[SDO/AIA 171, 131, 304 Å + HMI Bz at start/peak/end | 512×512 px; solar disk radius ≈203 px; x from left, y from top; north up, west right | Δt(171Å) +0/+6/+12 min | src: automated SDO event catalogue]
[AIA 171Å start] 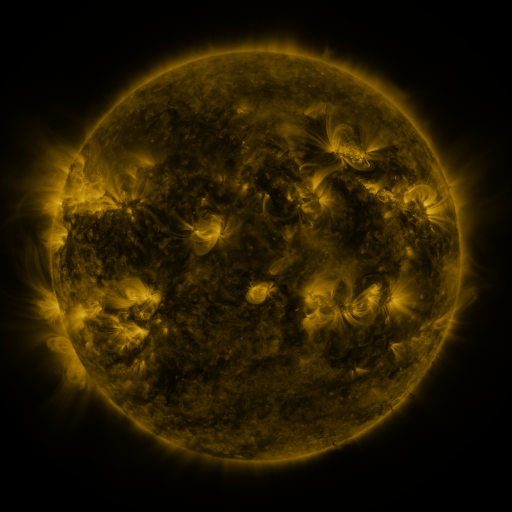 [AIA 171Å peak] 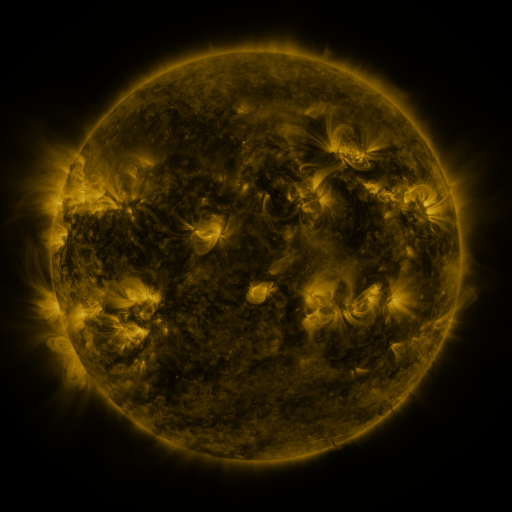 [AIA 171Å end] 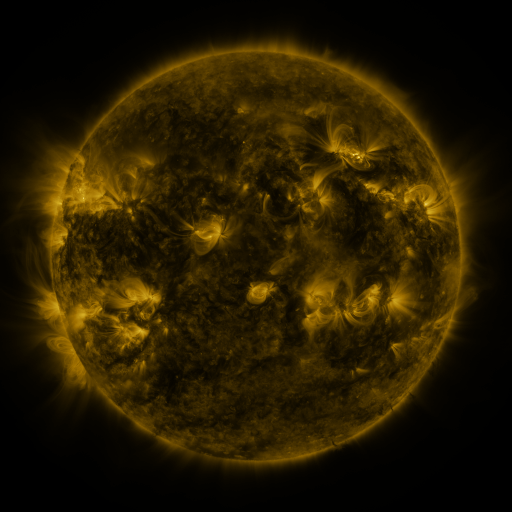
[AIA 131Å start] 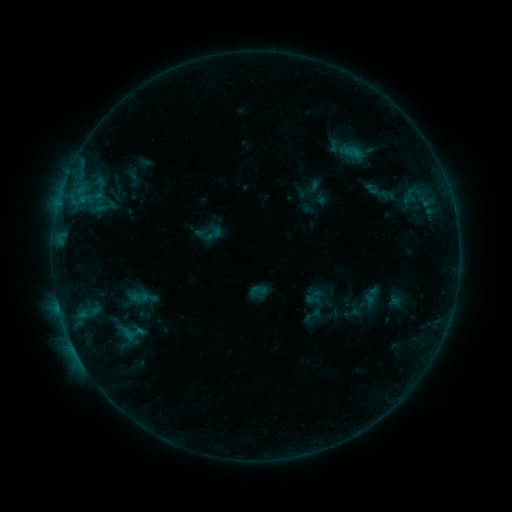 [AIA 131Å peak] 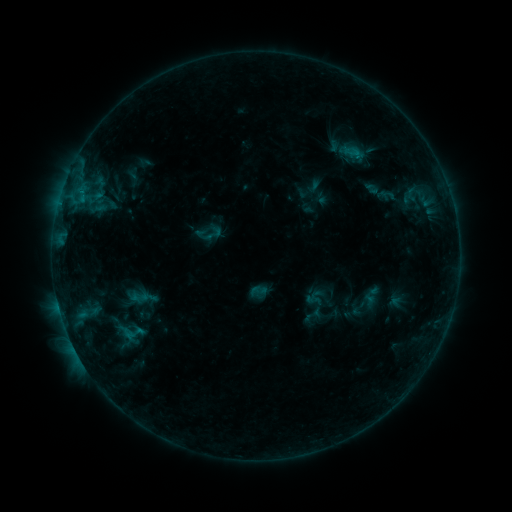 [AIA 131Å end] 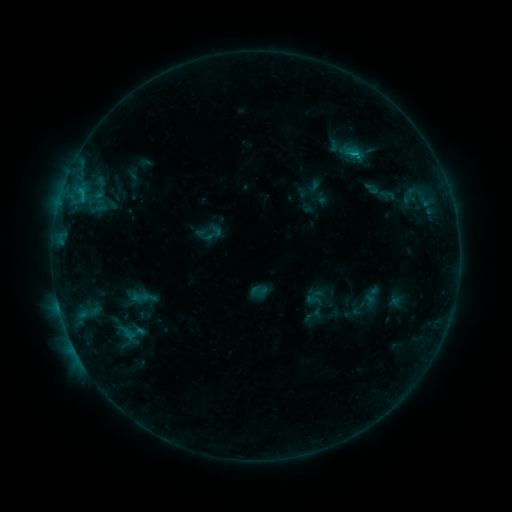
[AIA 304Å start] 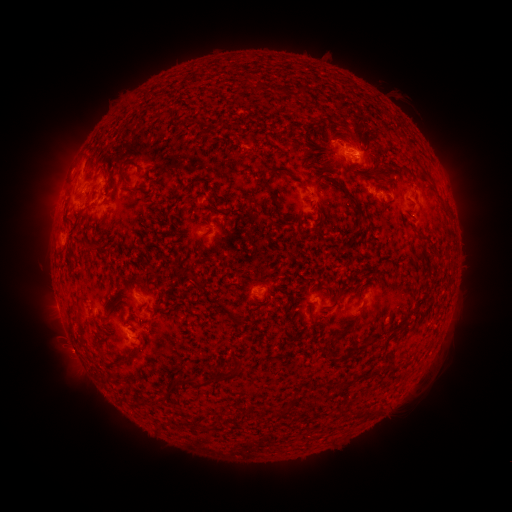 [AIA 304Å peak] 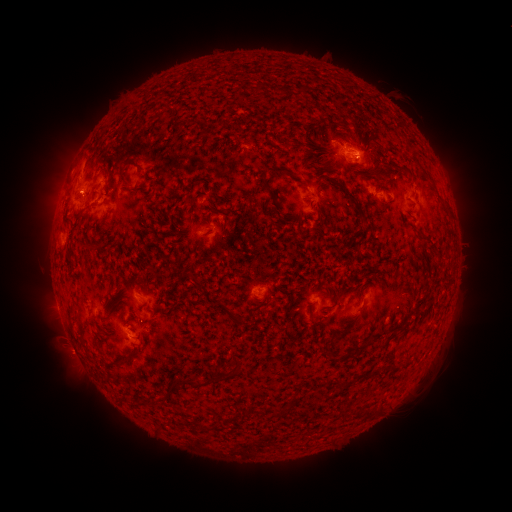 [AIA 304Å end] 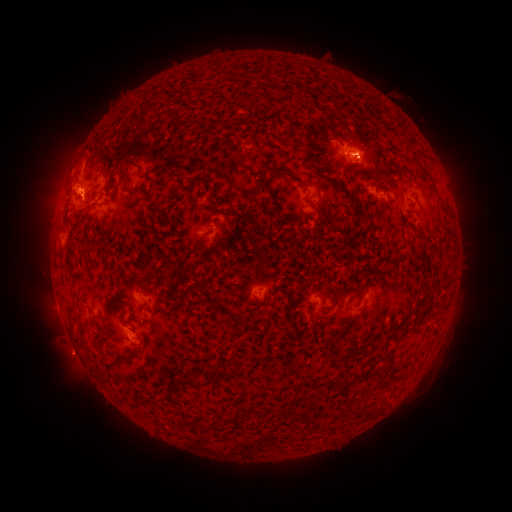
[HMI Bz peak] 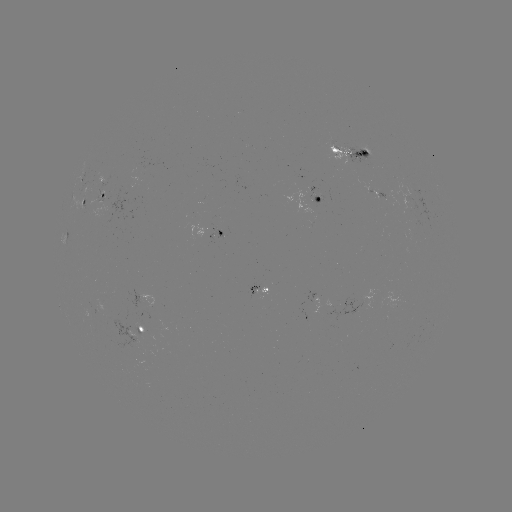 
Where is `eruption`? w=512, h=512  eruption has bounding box [28, 135, 99, 219].